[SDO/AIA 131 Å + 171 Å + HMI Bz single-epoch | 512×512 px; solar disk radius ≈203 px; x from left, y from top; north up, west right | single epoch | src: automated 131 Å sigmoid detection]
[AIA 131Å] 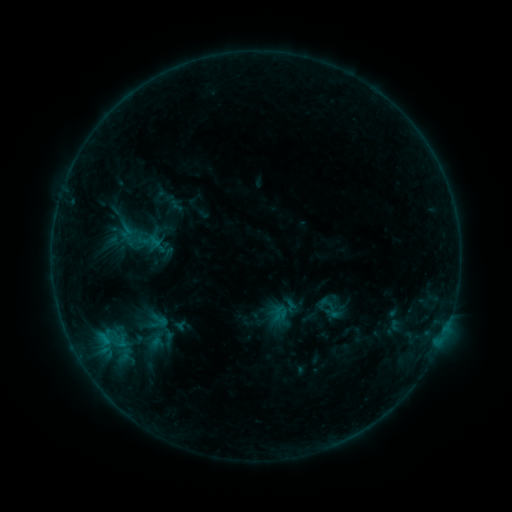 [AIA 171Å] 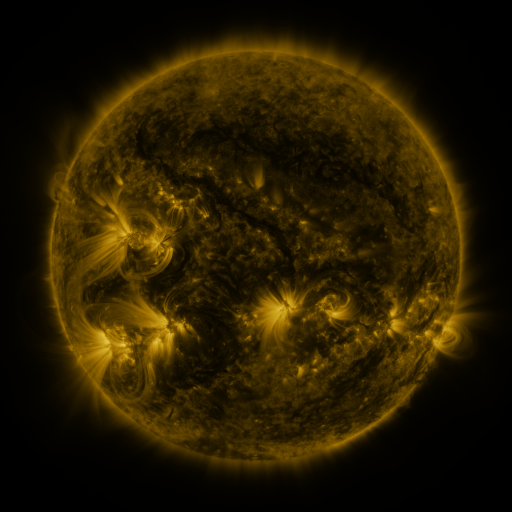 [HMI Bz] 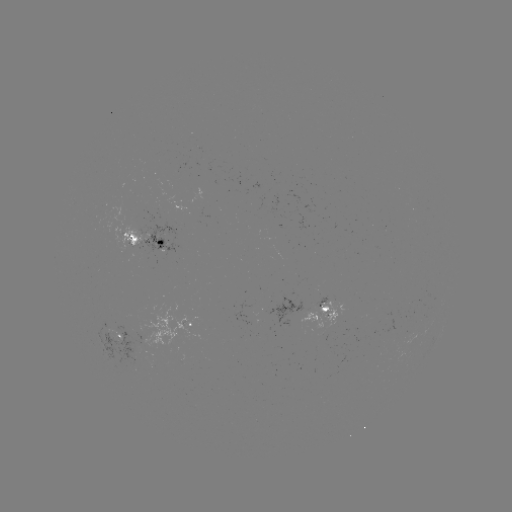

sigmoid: [105, 330, 135, 353]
